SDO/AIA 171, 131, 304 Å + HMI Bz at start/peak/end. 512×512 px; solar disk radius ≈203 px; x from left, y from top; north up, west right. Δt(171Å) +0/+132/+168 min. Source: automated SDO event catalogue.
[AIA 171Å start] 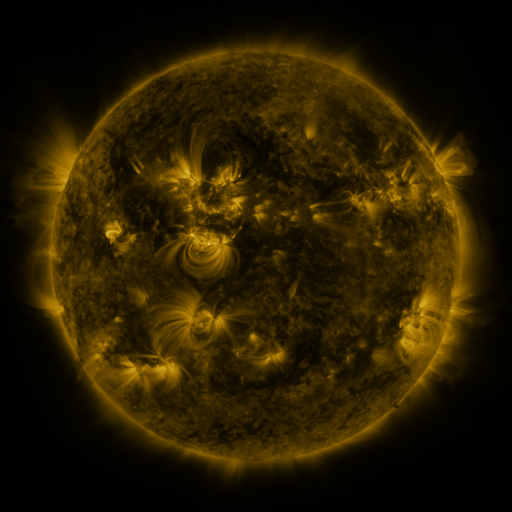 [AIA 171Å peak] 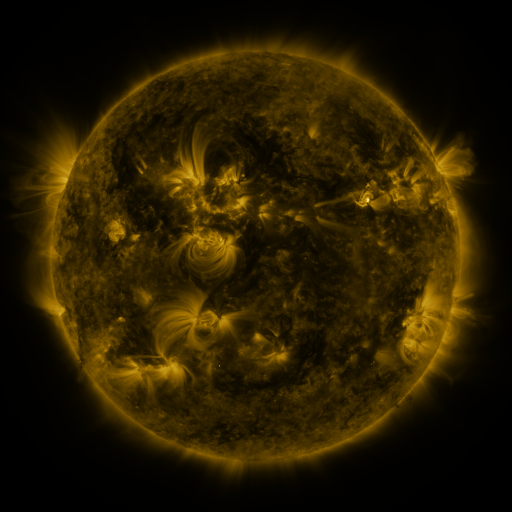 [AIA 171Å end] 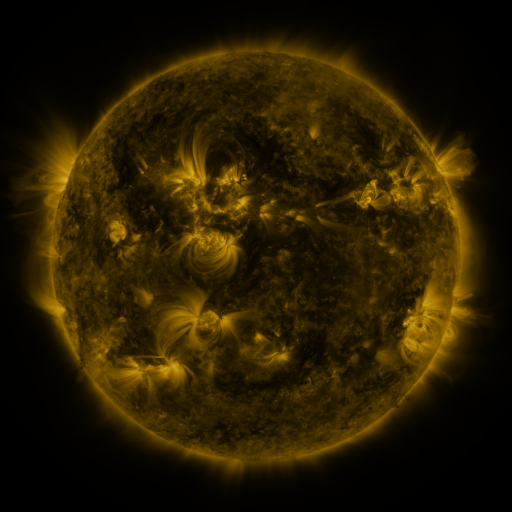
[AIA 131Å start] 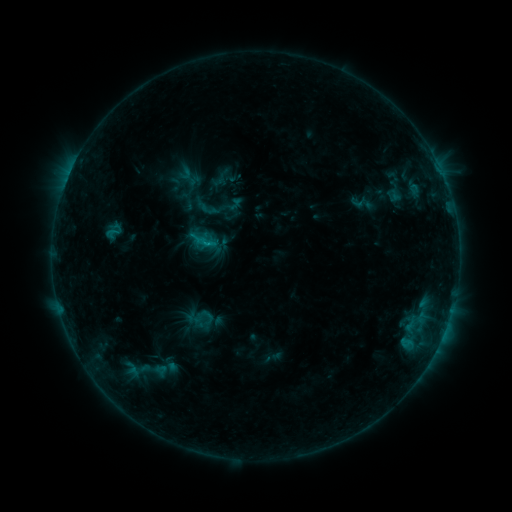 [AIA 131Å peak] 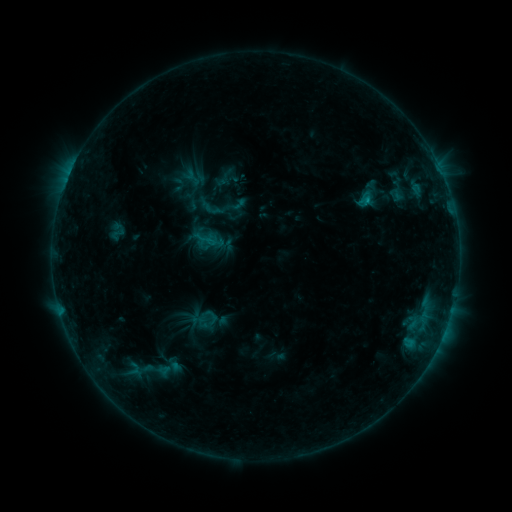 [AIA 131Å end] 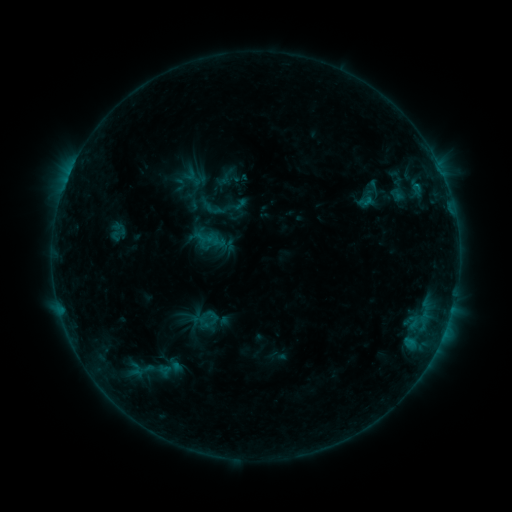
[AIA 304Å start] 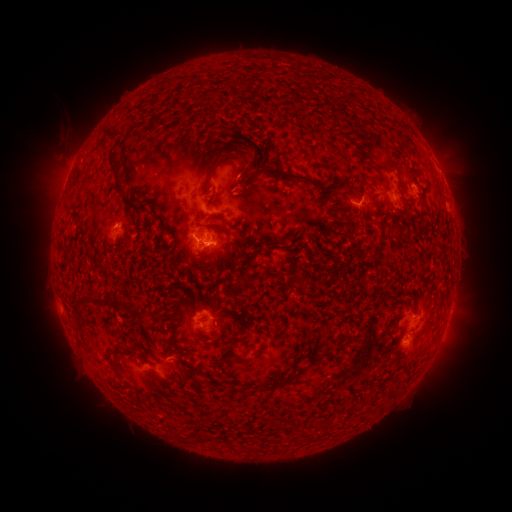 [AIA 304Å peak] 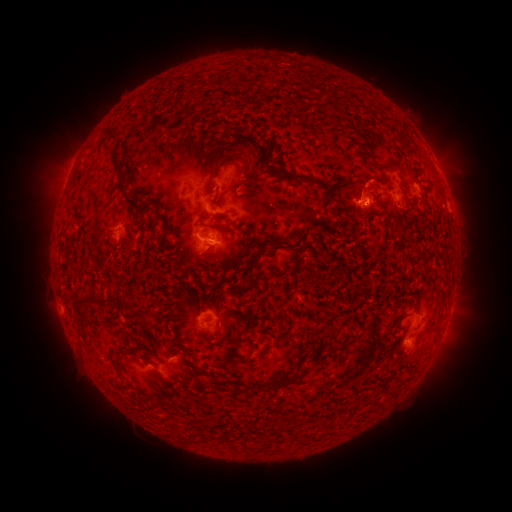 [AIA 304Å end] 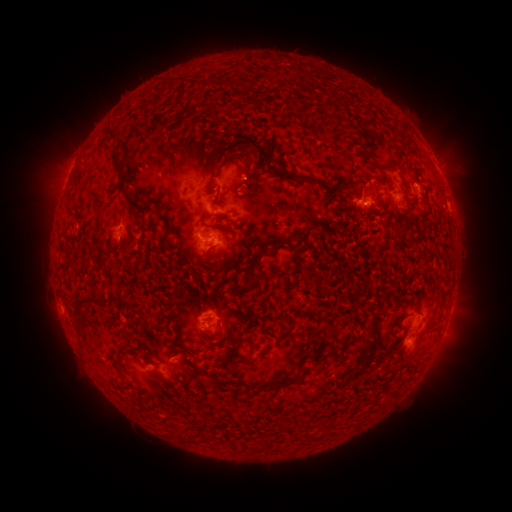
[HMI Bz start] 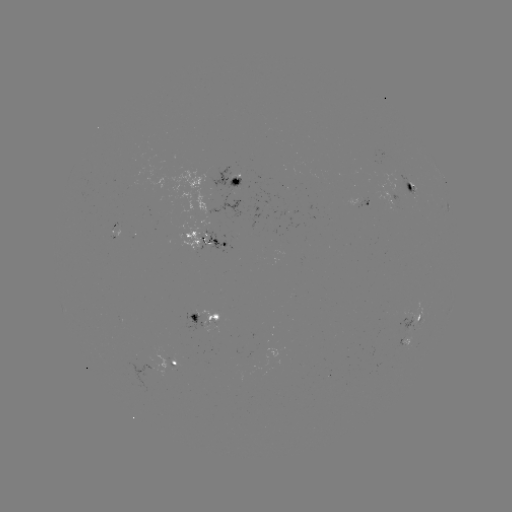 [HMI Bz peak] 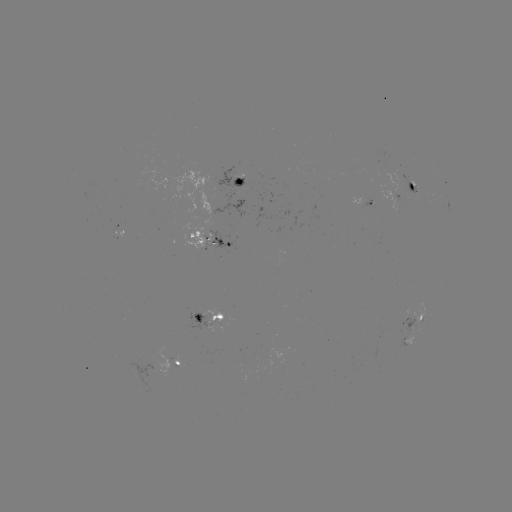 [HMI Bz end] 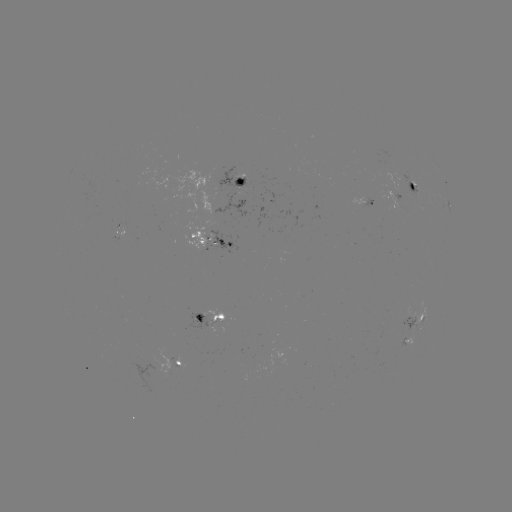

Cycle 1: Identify emerging-flux region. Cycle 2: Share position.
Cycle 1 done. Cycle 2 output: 222,202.